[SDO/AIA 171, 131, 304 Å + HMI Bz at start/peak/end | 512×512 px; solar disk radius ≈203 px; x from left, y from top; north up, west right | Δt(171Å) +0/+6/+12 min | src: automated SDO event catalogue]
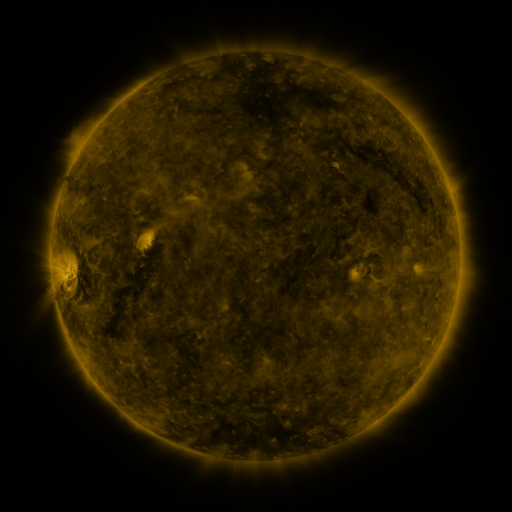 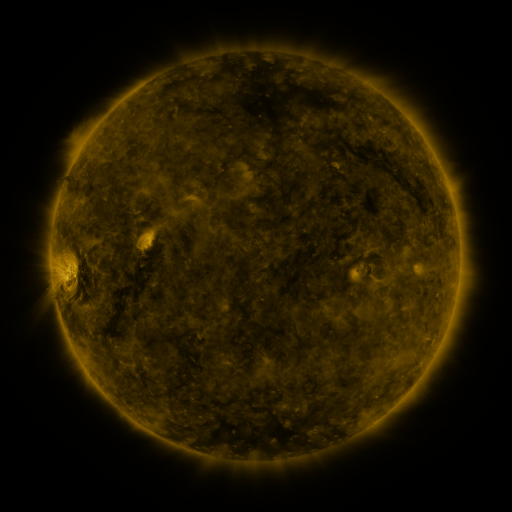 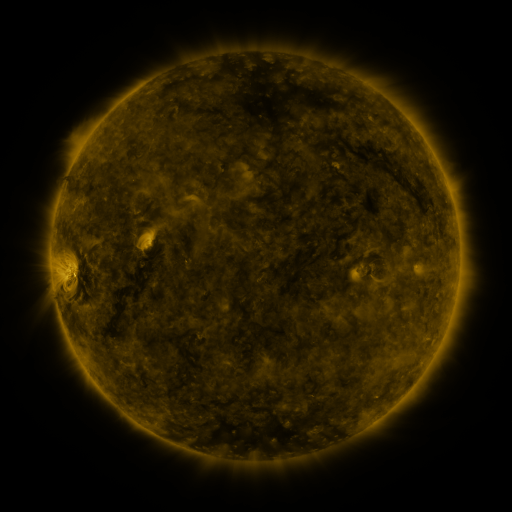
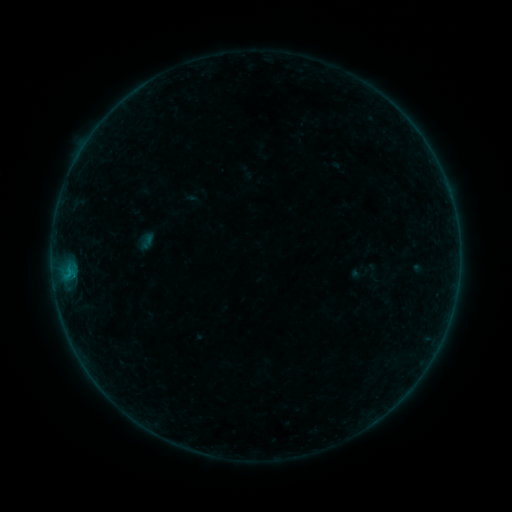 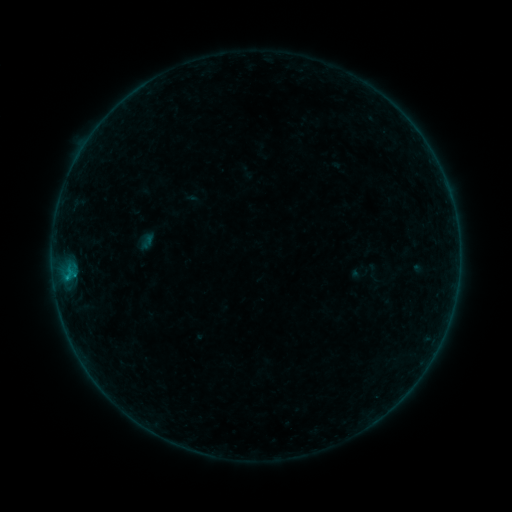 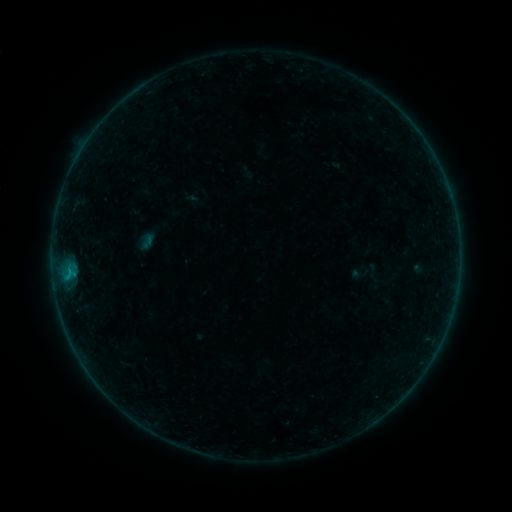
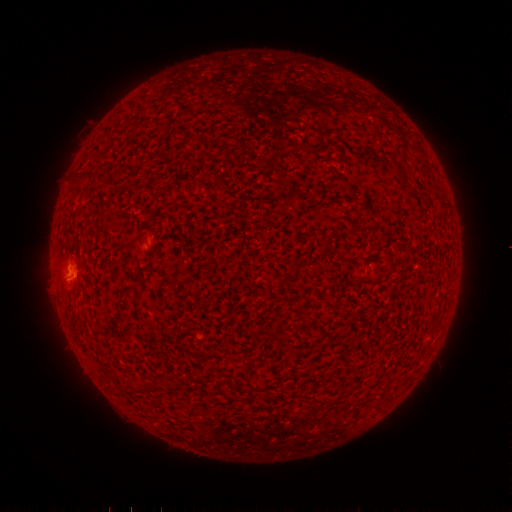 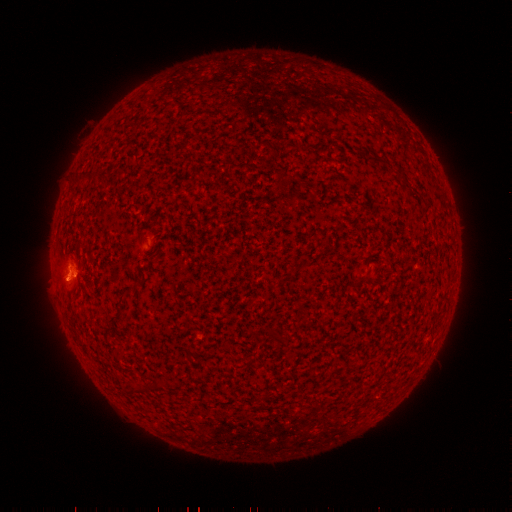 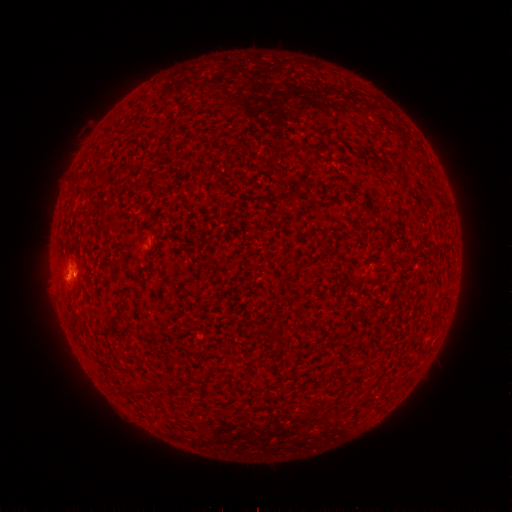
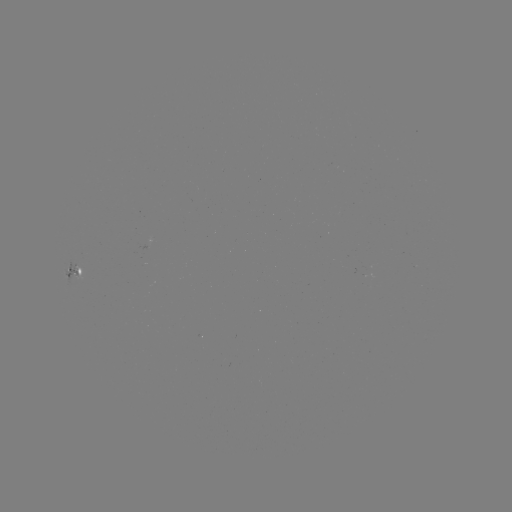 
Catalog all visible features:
B3.1 flare: (76, 274)
